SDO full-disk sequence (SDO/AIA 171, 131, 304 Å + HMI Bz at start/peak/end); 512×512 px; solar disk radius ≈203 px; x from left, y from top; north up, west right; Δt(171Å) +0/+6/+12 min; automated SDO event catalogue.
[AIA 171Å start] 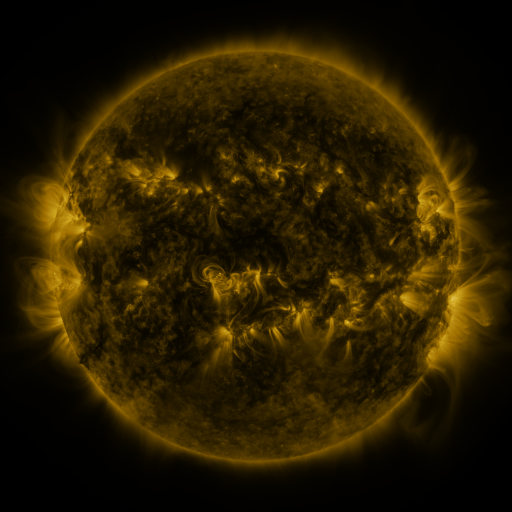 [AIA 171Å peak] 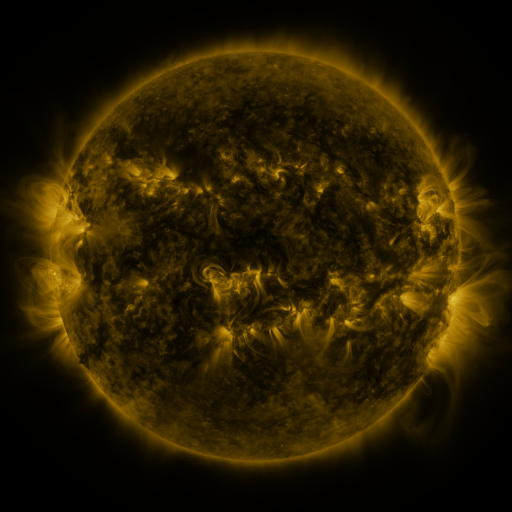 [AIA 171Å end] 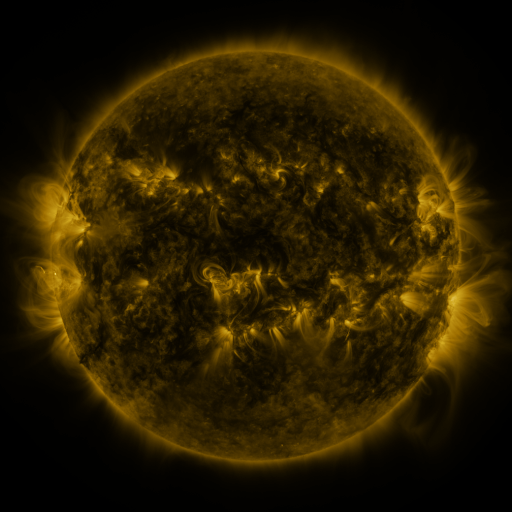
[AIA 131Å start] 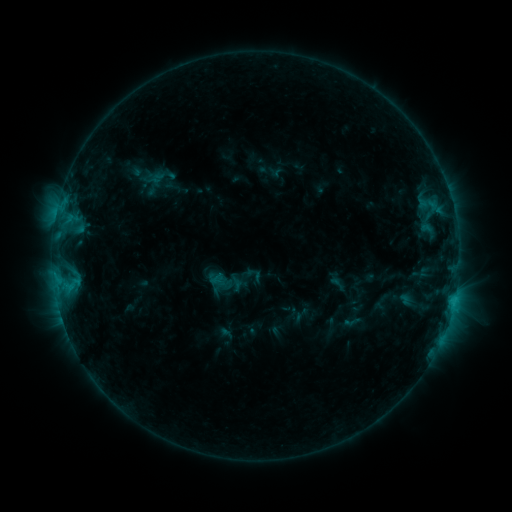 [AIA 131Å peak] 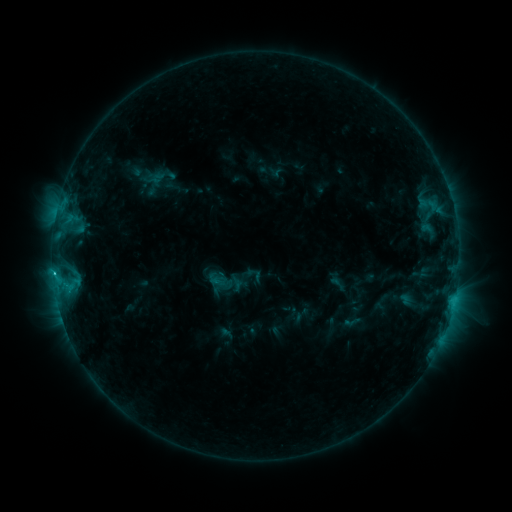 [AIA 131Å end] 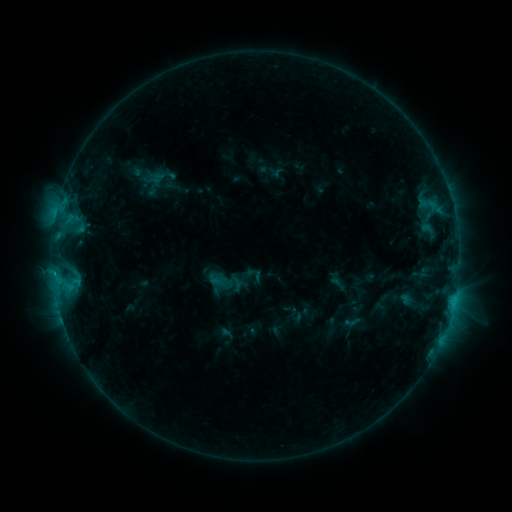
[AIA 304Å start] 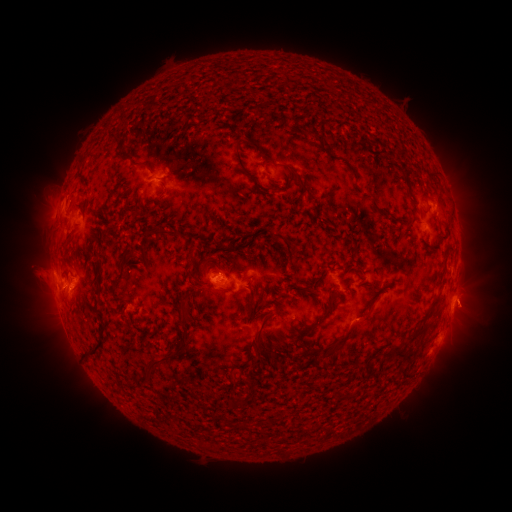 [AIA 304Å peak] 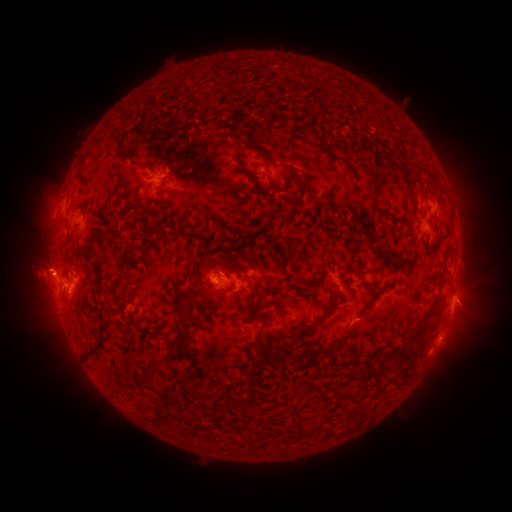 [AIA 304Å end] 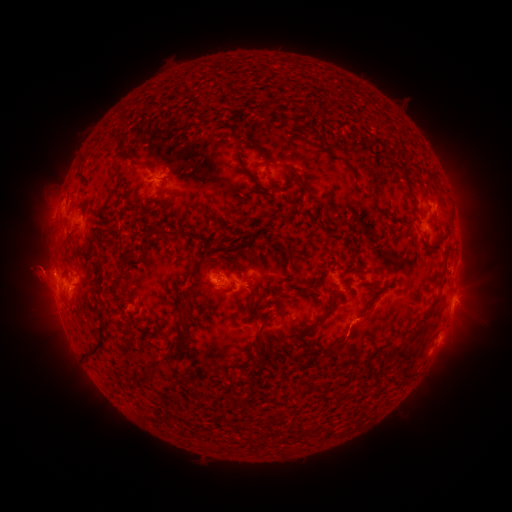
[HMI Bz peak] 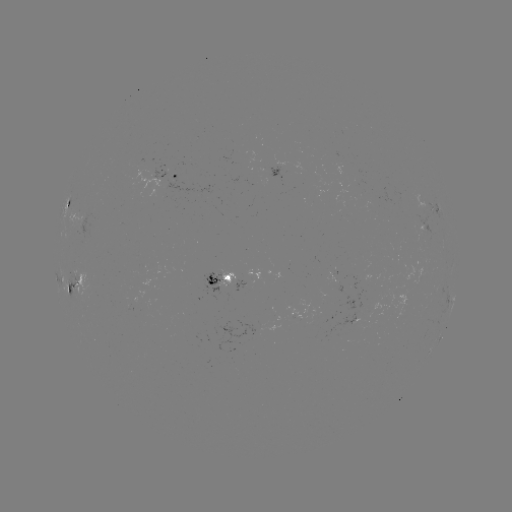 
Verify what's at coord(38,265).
eruption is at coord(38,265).